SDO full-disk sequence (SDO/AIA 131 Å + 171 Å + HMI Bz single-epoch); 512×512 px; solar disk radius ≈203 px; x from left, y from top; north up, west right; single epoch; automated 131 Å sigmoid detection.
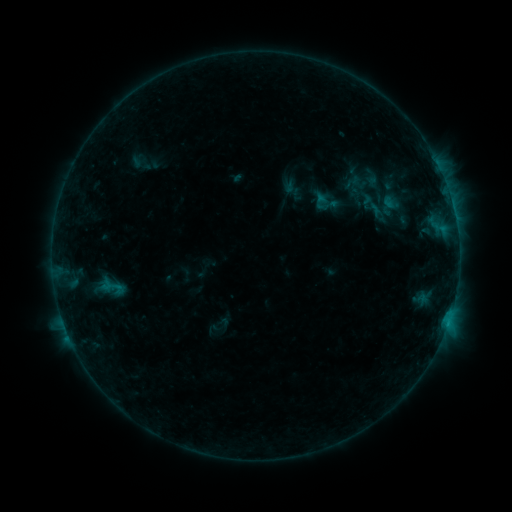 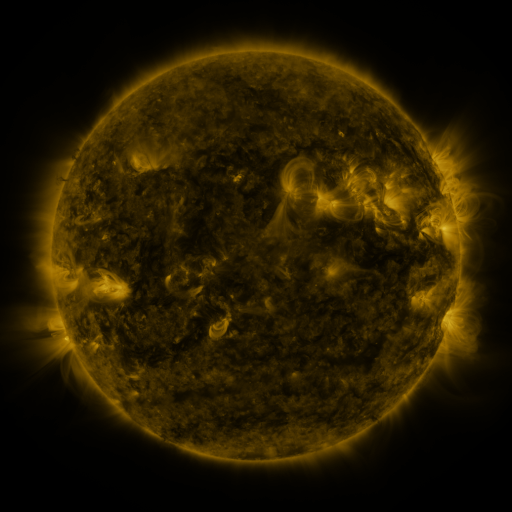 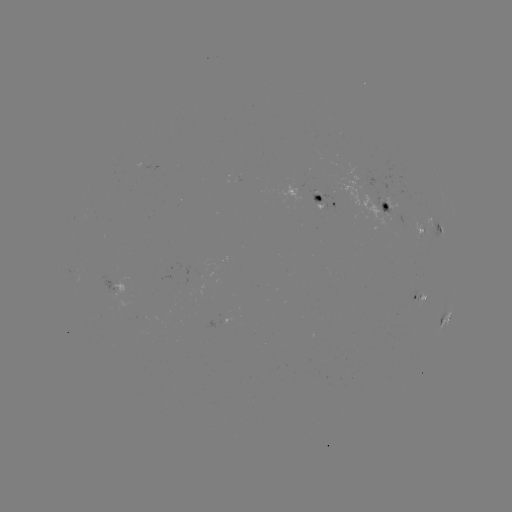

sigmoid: <bbox>98, 275, 127, 298</bbox>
